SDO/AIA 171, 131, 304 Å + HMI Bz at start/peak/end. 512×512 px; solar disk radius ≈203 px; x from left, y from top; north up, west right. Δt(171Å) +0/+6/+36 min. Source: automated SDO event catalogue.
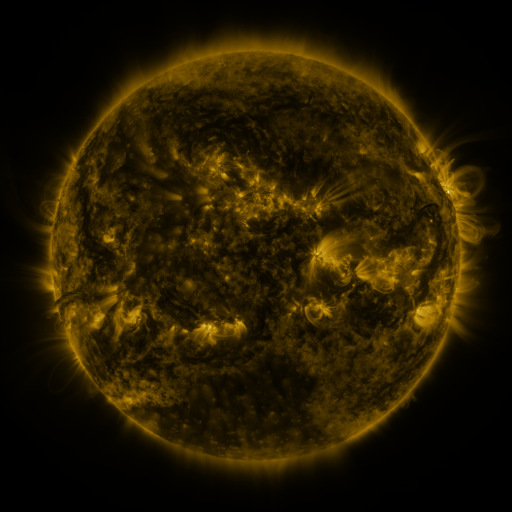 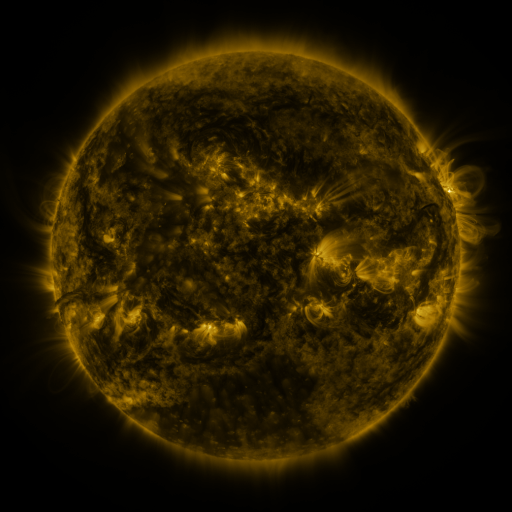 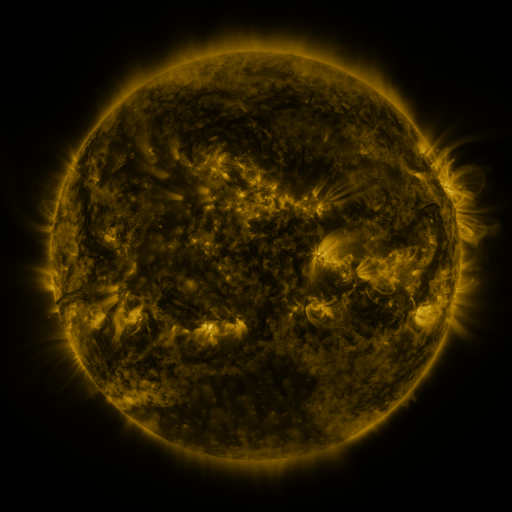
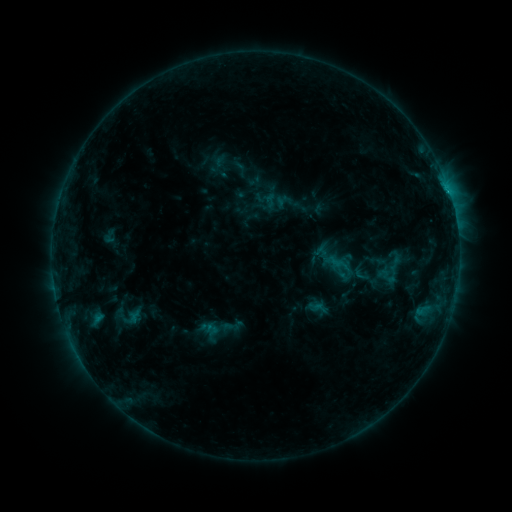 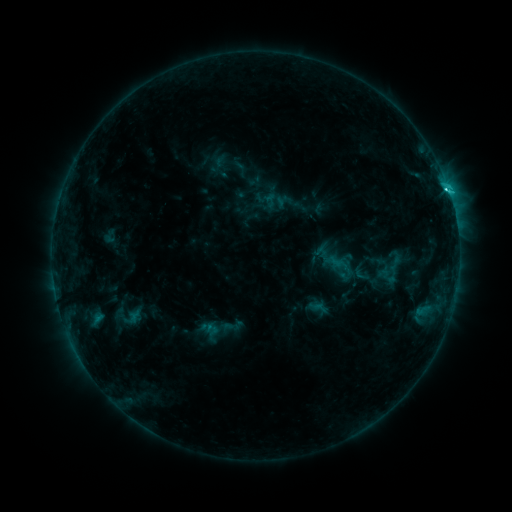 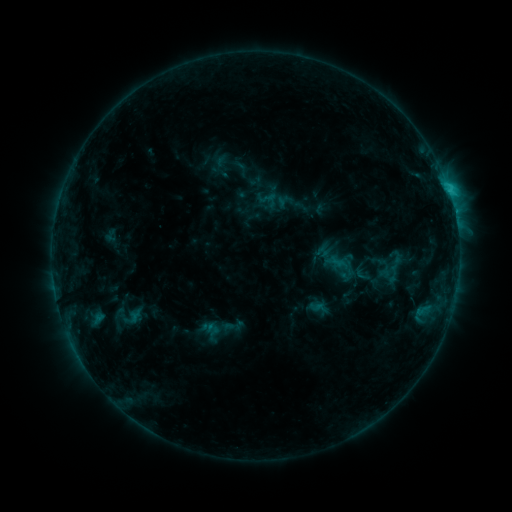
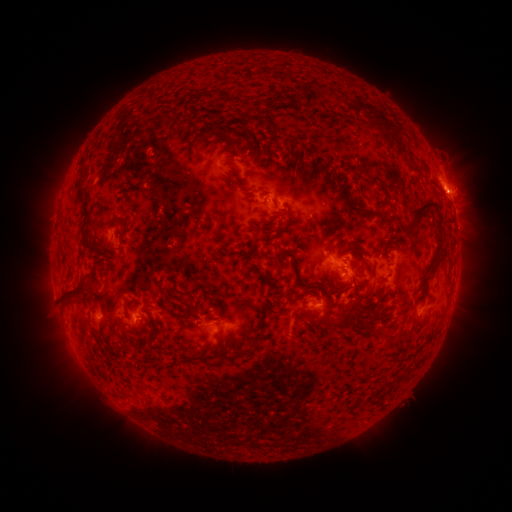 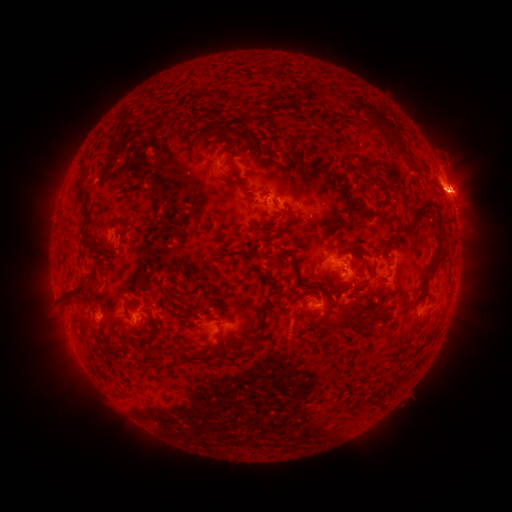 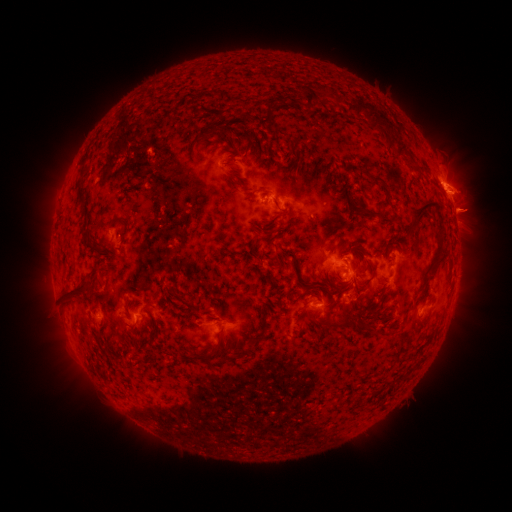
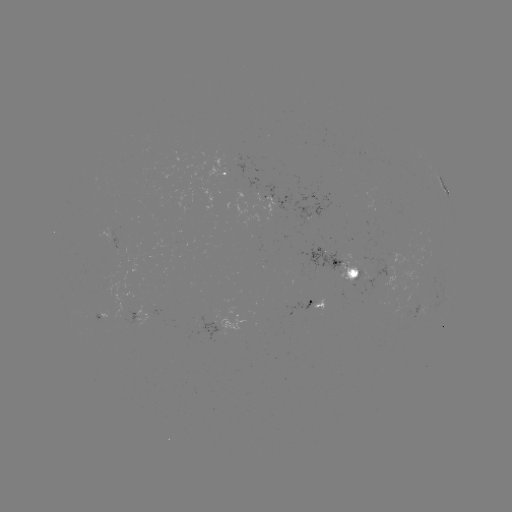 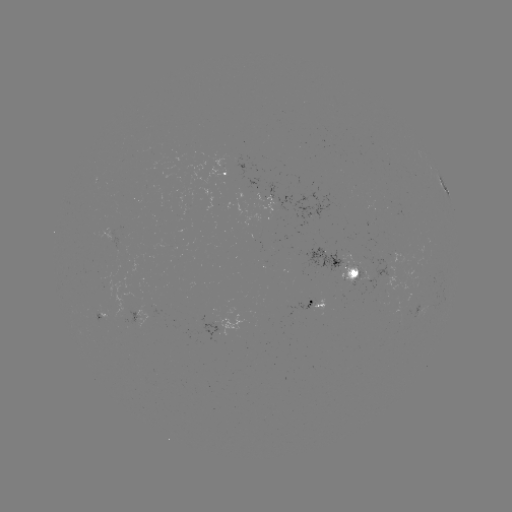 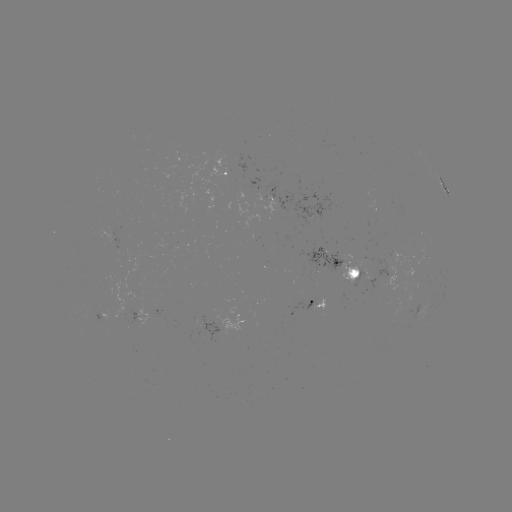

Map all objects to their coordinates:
C3.0 flare: (446, 192)
